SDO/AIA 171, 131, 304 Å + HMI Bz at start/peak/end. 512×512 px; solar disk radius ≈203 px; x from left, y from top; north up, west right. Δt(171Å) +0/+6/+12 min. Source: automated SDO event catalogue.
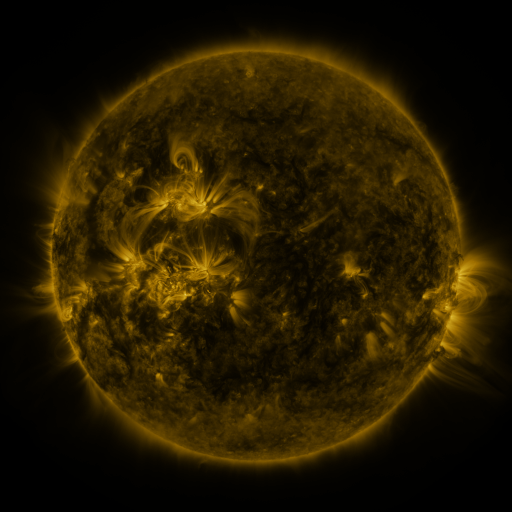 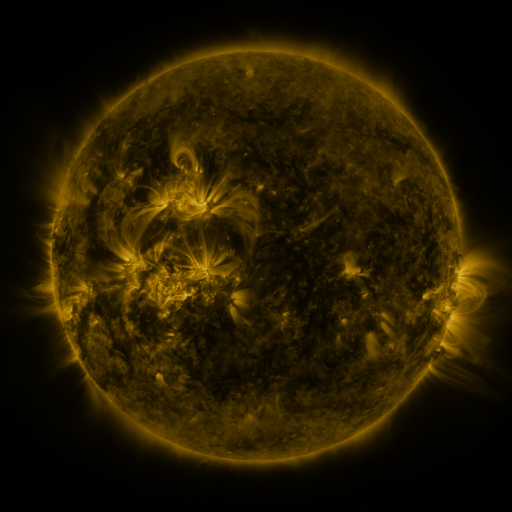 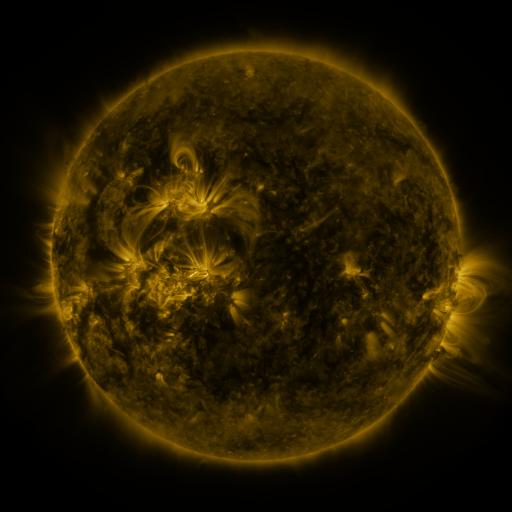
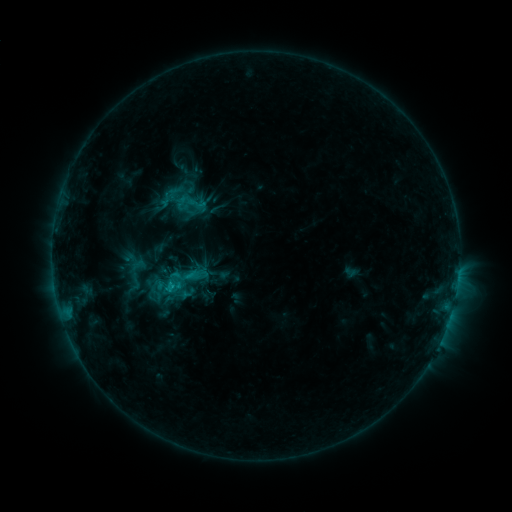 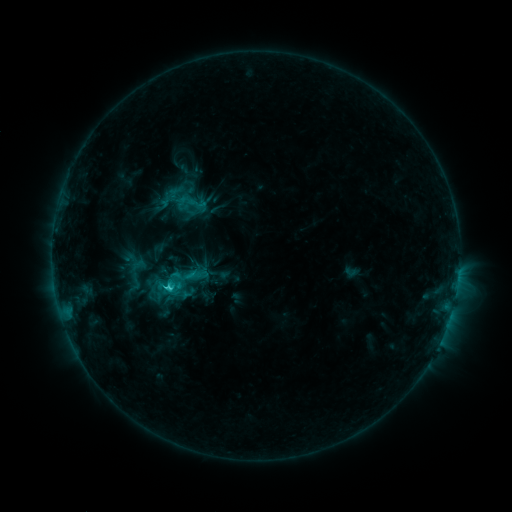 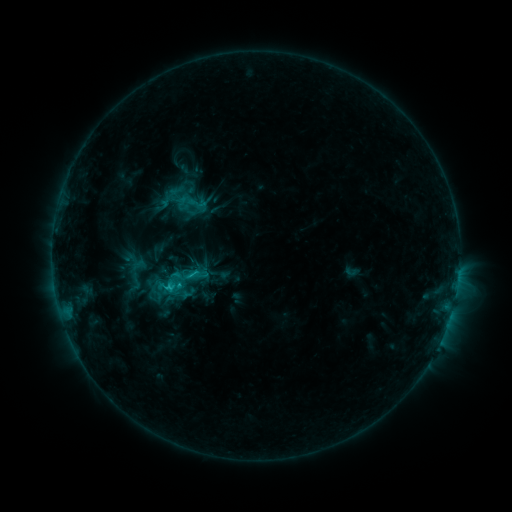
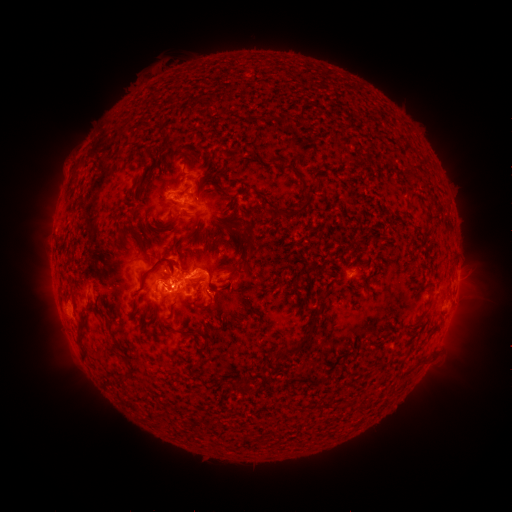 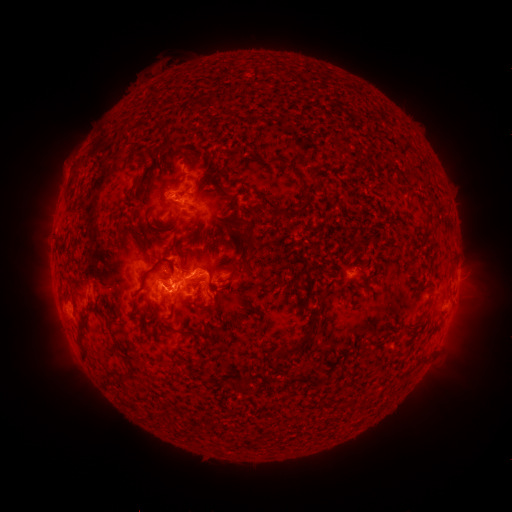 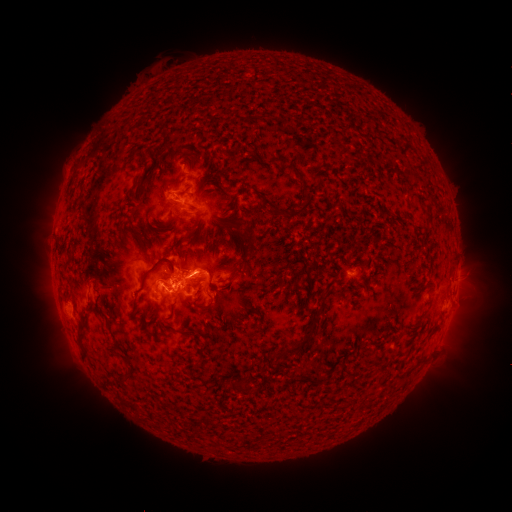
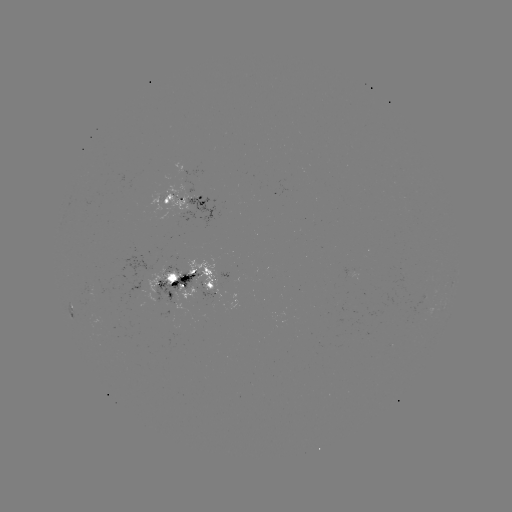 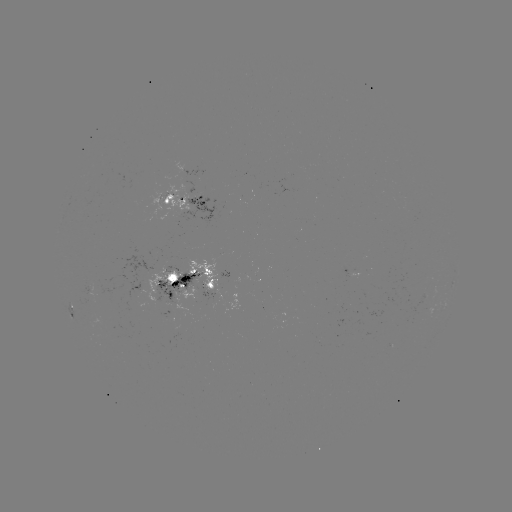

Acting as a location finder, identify C2.3 flare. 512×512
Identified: [172, 286].